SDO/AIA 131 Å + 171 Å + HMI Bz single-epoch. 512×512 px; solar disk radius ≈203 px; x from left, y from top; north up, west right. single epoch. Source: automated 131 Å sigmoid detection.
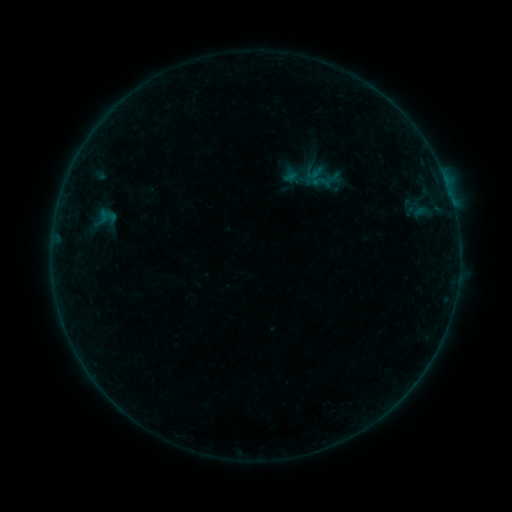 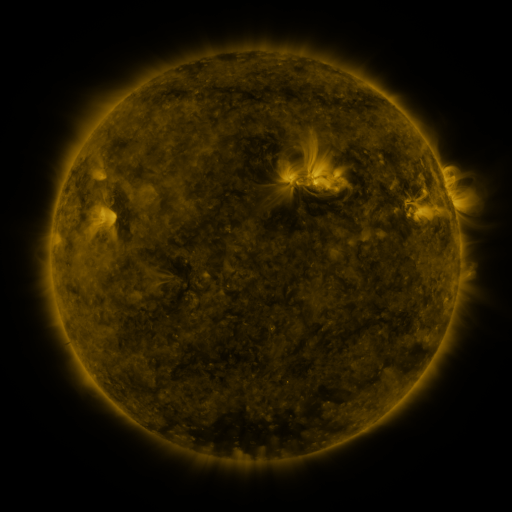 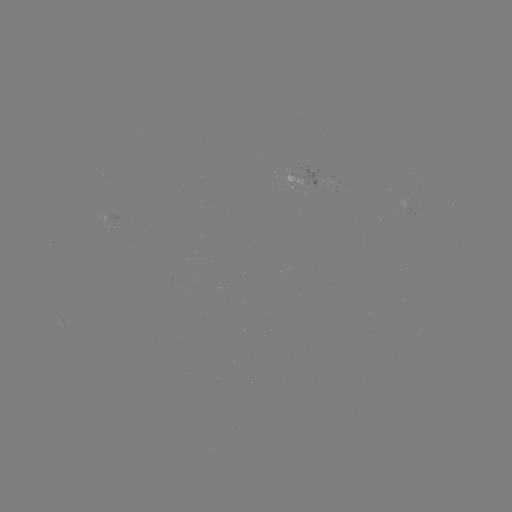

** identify sigmoid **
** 321,182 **